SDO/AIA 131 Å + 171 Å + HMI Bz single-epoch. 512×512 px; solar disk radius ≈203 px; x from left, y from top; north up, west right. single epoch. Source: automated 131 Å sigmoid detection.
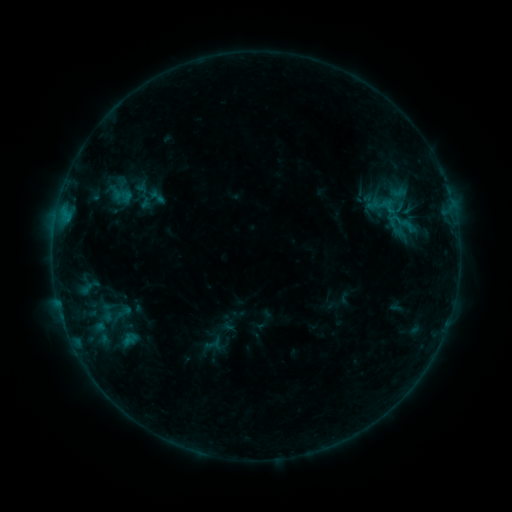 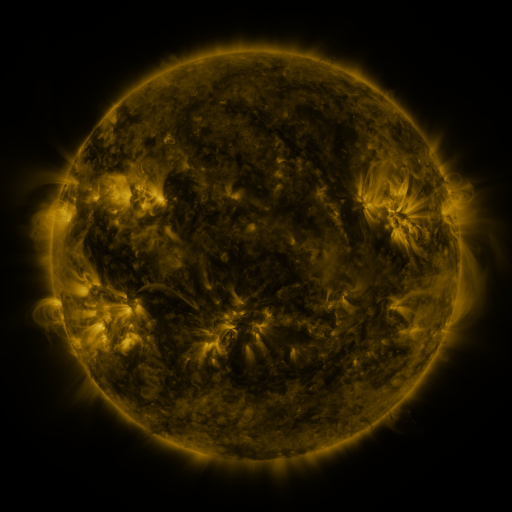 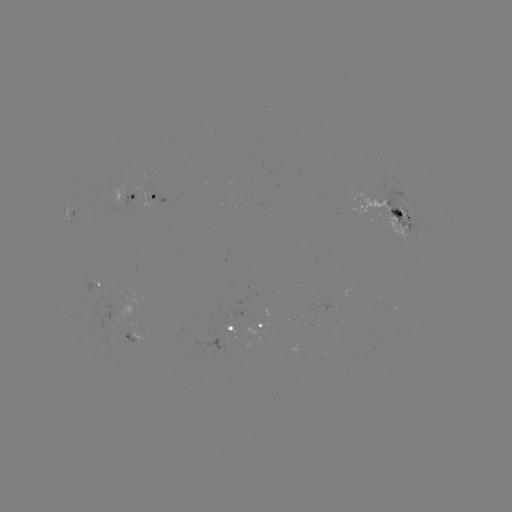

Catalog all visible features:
sigmoid: (123, 196)
sigmoid: (157, 197)
sigmoid: (405, 226)
